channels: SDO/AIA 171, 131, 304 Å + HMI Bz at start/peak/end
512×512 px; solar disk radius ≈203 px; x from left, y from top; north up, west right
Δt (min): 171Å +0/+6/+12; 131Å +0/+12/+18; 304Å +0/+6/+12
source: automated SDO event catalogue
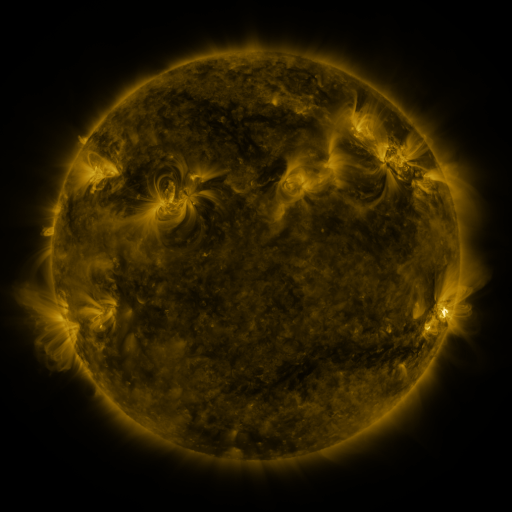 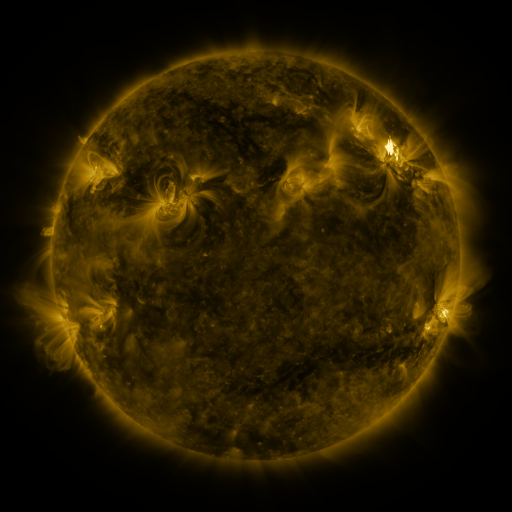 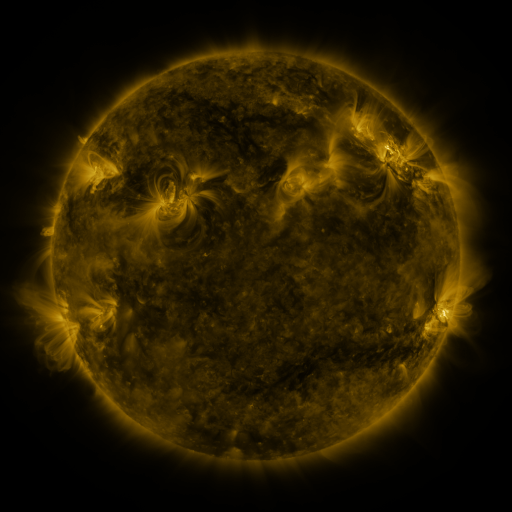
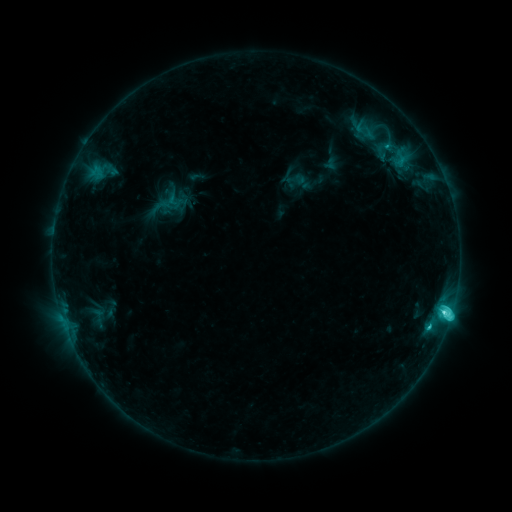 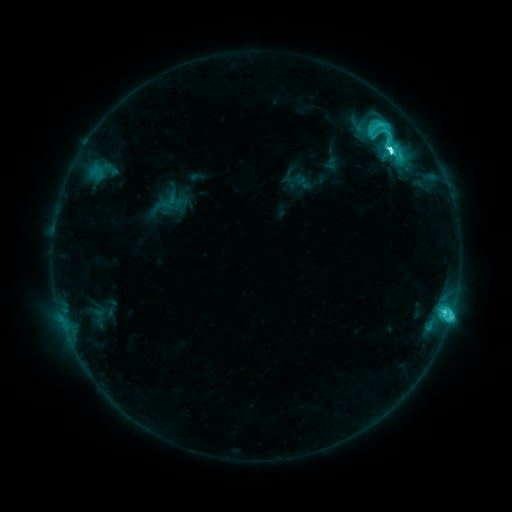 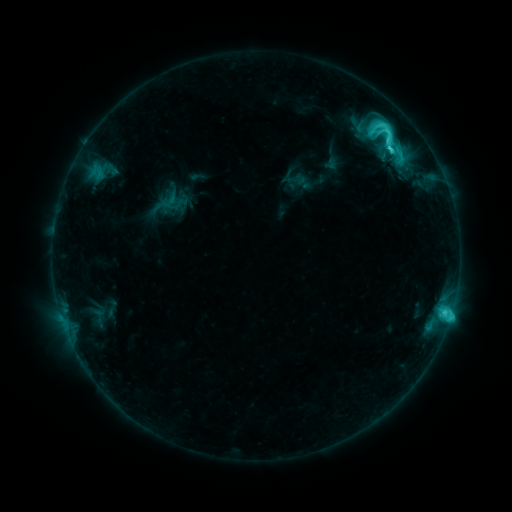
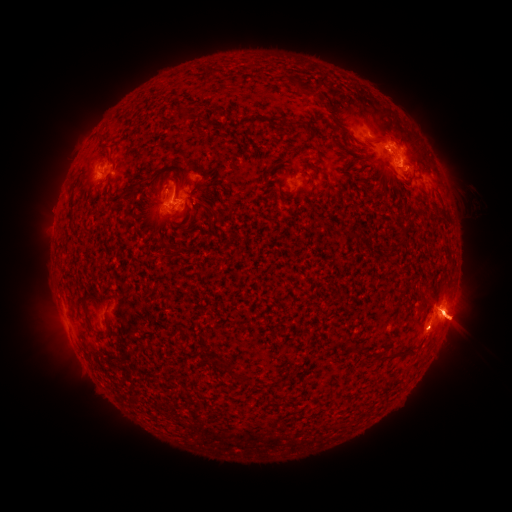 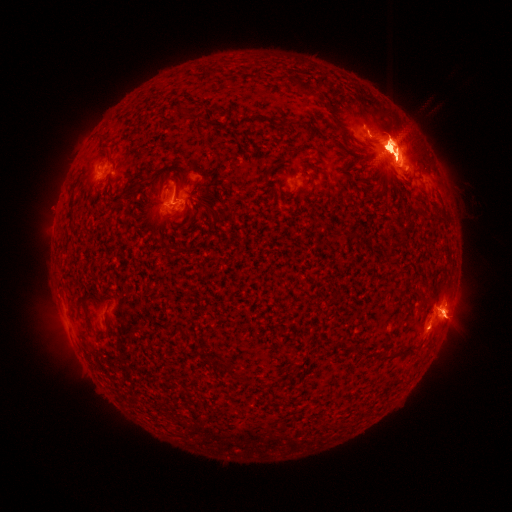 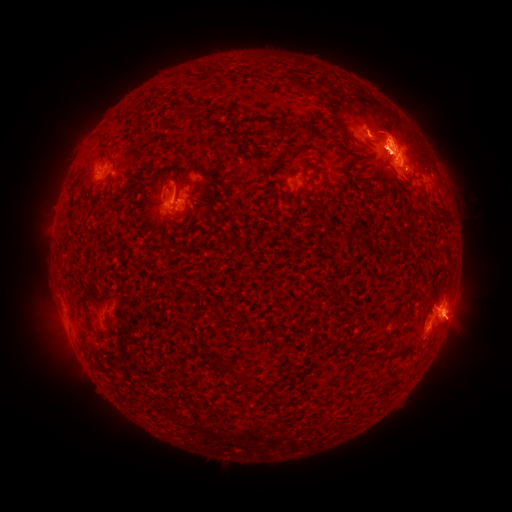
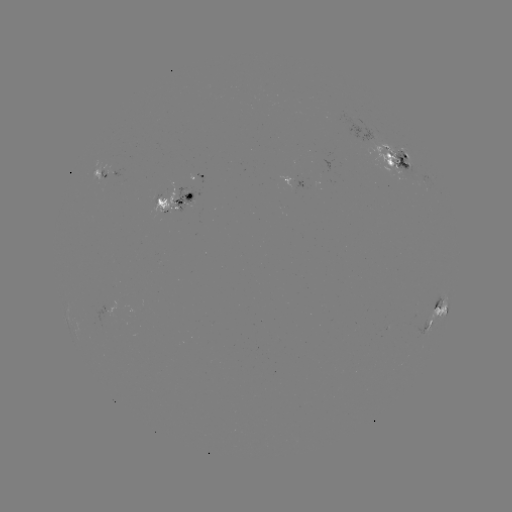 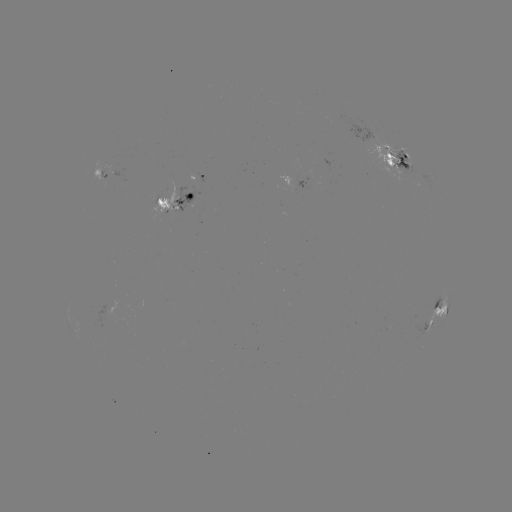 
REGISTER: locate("M1.4 flare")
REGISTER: (386, 148)